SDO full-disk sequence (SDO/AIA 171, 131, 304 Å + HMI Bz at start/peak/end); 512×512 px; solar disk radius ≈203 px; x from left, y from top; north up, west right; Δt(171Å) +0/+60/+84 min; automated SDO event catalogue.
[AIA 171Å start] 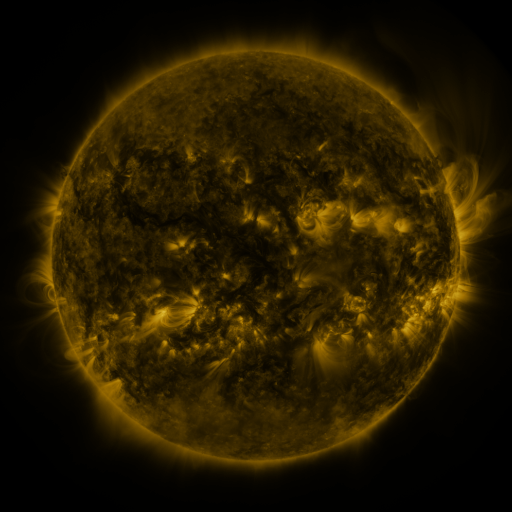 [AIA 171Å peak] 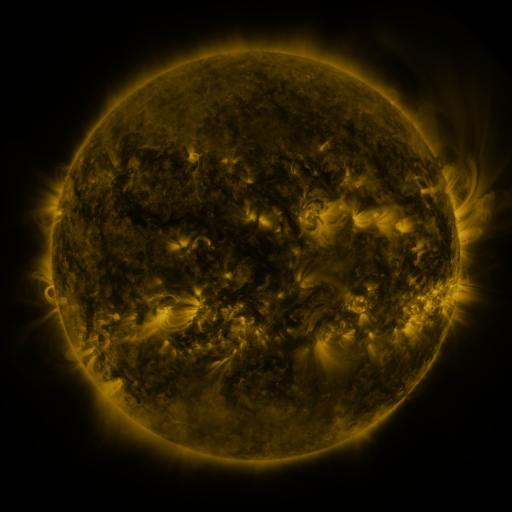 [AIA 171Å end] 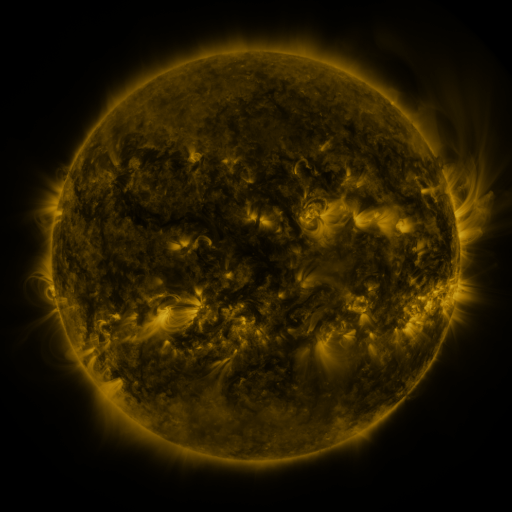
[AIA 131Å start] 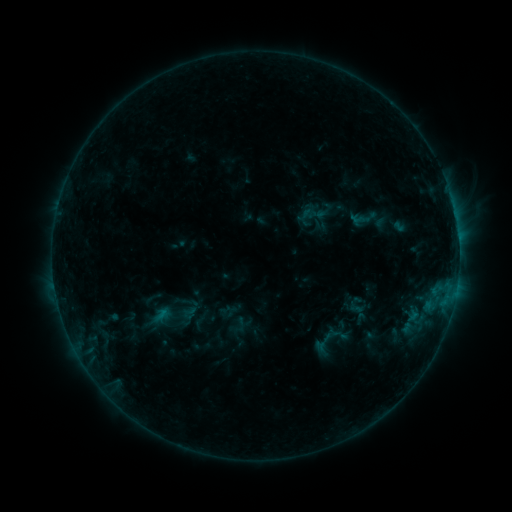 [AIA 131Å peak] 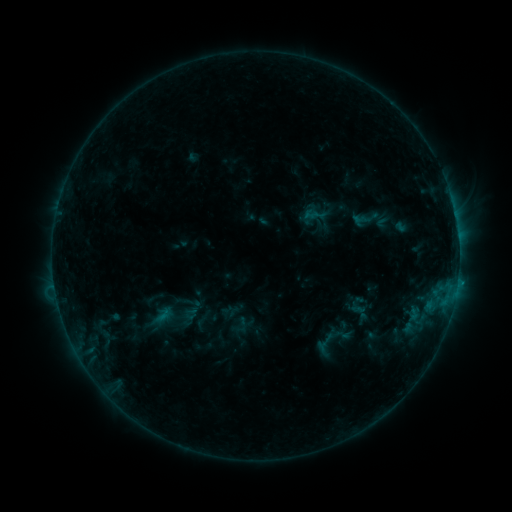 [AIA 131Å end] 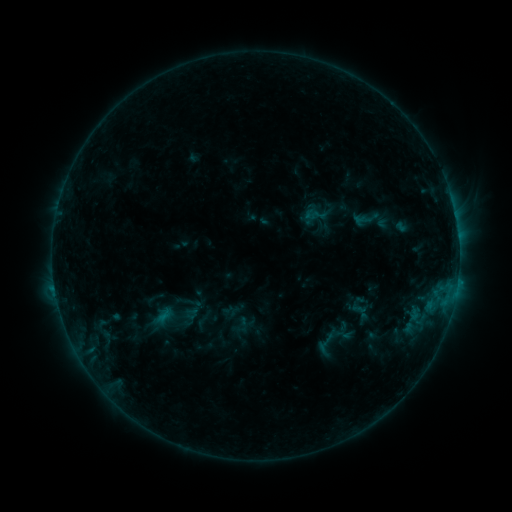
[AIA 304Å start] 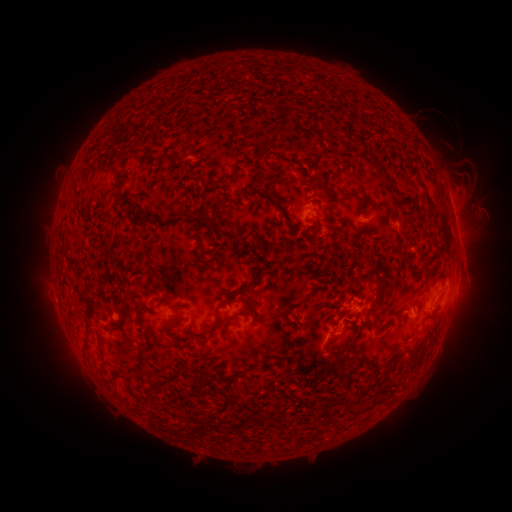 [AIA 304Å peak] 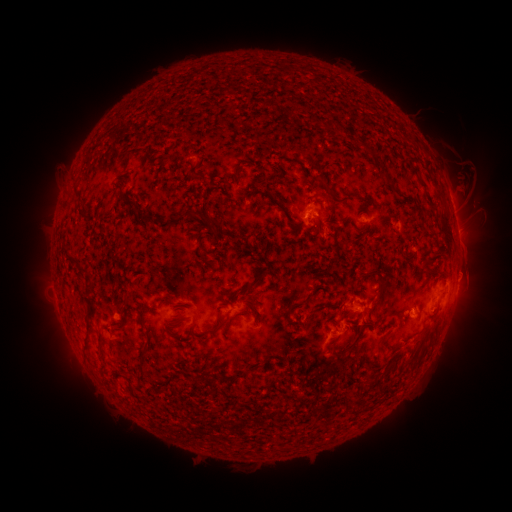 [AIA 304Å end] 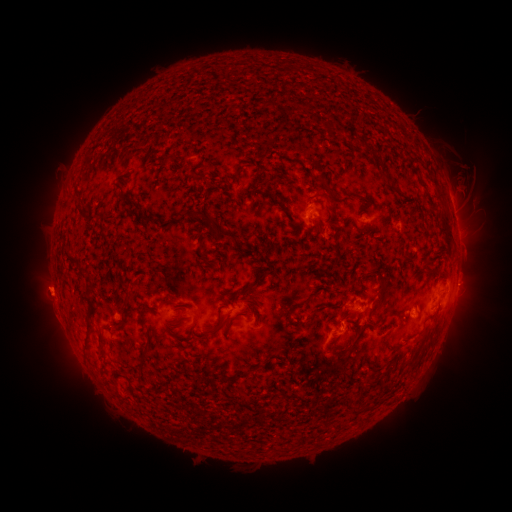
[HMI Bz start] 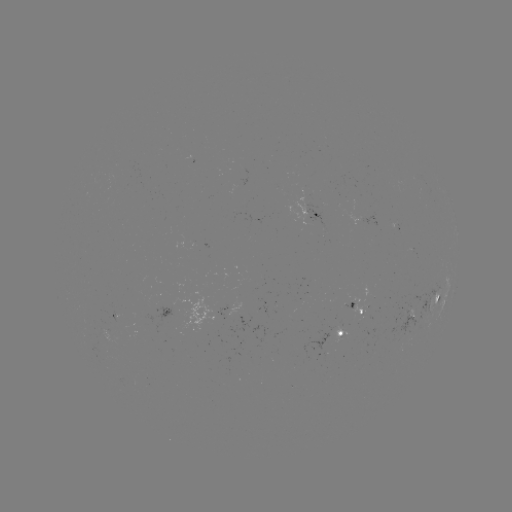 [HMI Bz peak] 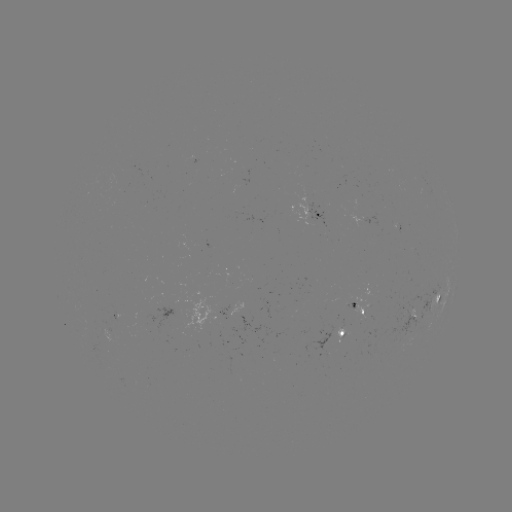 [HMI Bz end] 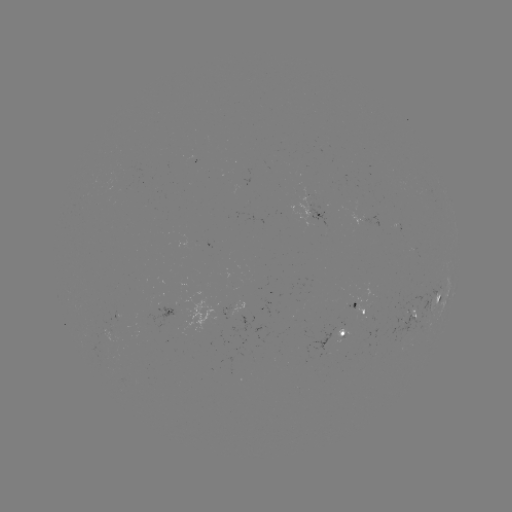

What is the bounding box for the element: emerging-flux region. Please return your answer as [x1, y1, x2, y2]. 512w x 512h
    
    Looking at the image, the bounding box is [363, 284, 374, 300].